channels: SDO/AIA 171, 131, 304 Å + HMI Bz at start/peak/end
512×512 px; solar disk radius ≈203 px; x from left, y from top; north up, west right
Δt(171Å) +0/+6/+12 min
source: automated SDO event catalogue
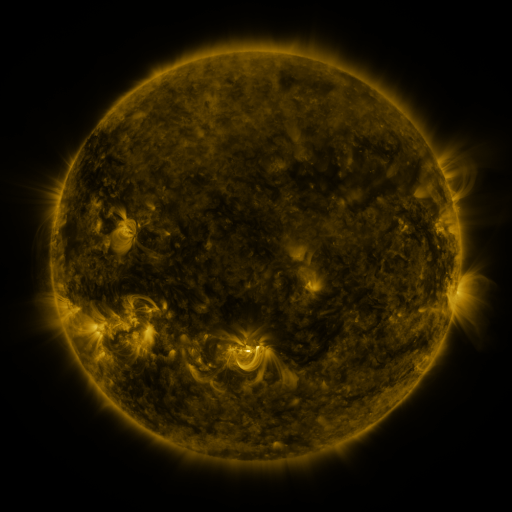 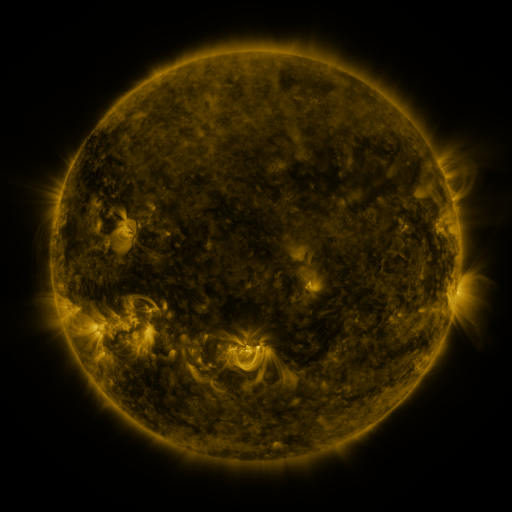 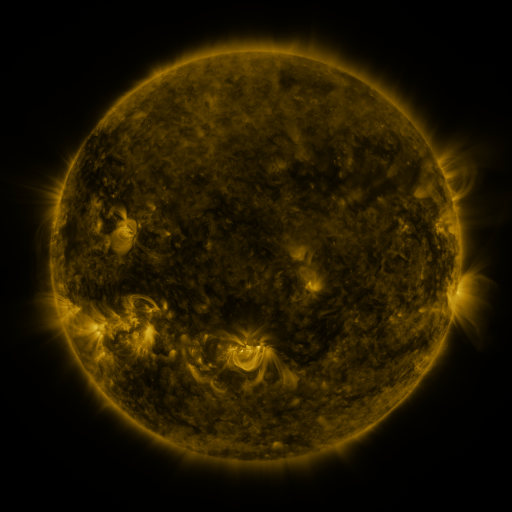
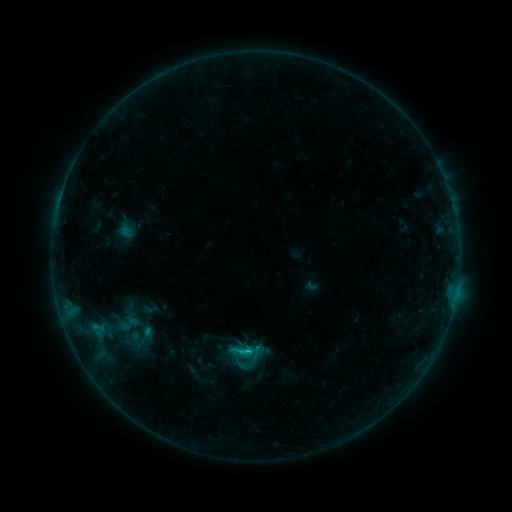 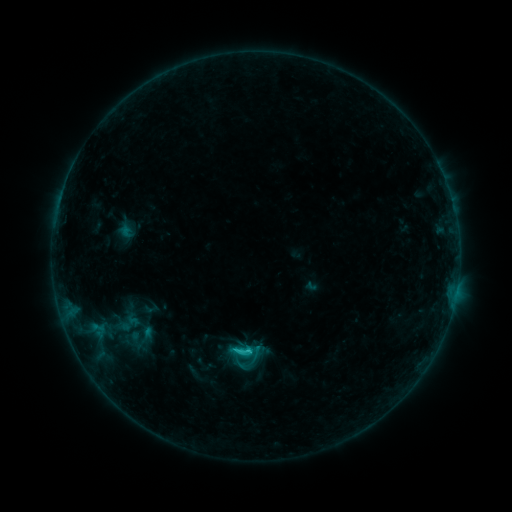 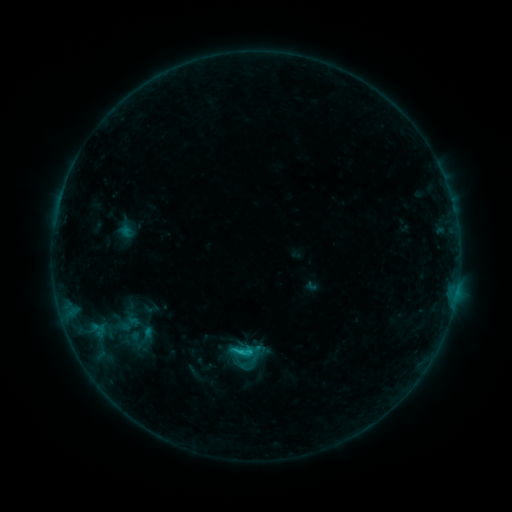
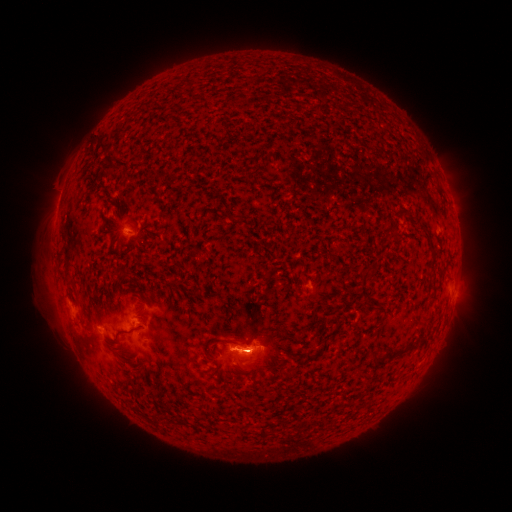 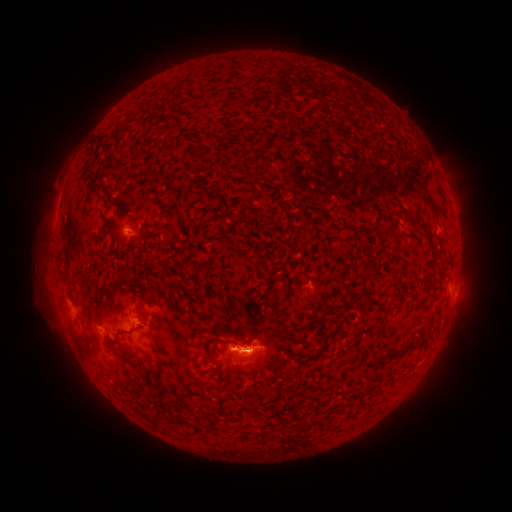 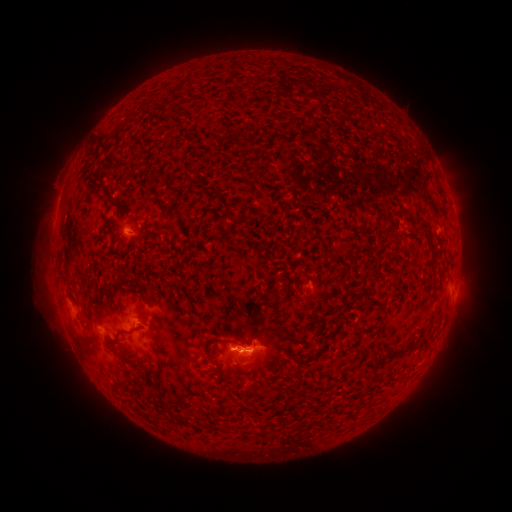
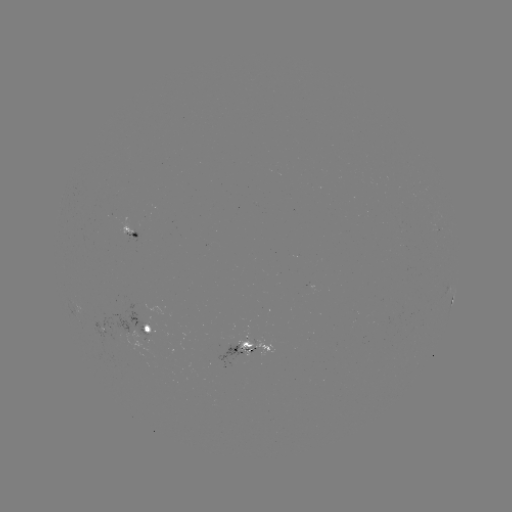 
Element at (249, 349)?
C1.3 flare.